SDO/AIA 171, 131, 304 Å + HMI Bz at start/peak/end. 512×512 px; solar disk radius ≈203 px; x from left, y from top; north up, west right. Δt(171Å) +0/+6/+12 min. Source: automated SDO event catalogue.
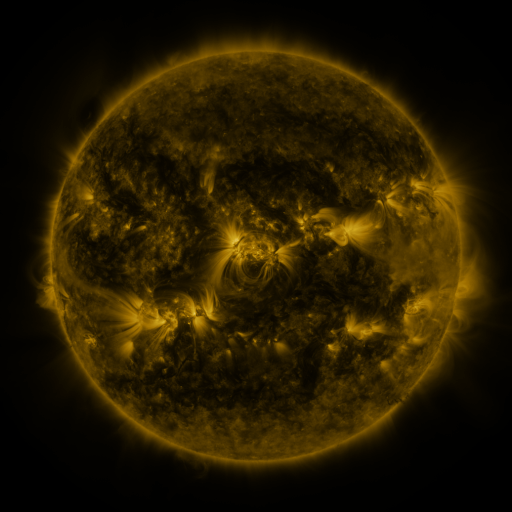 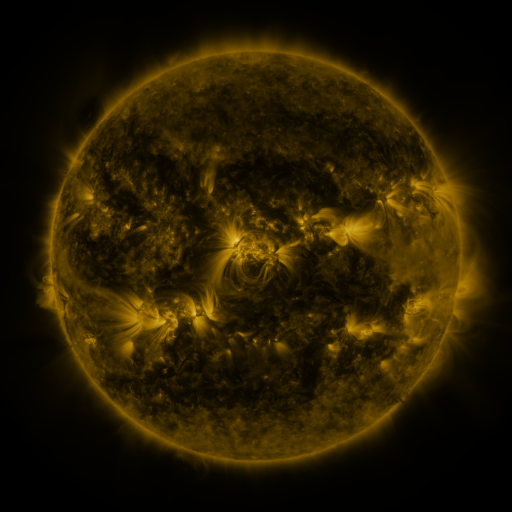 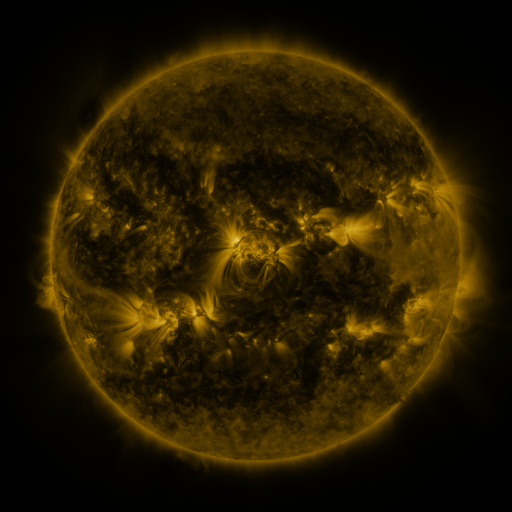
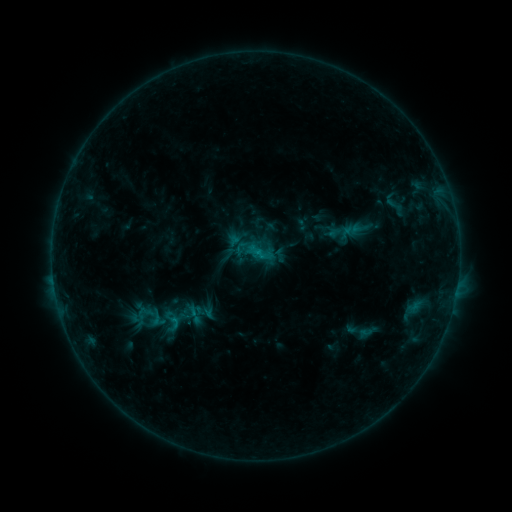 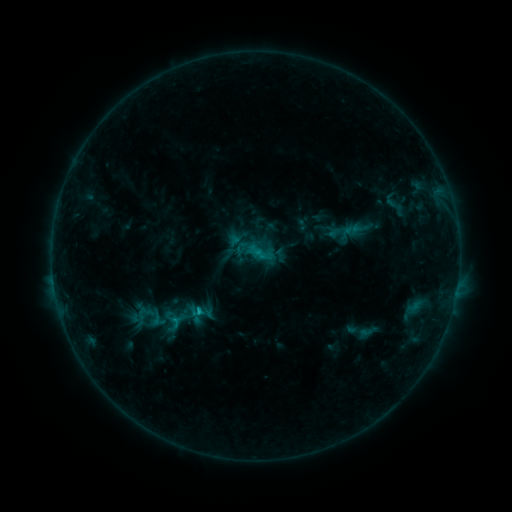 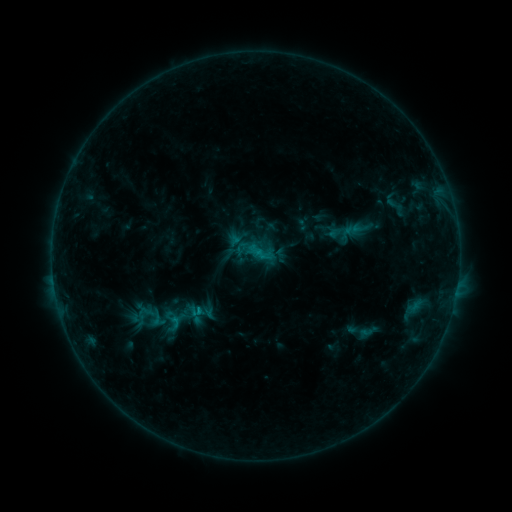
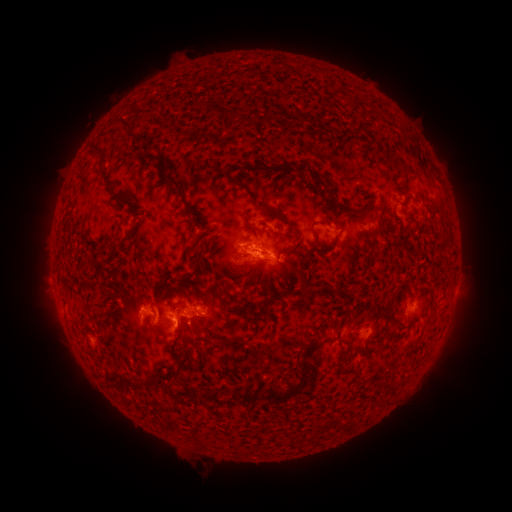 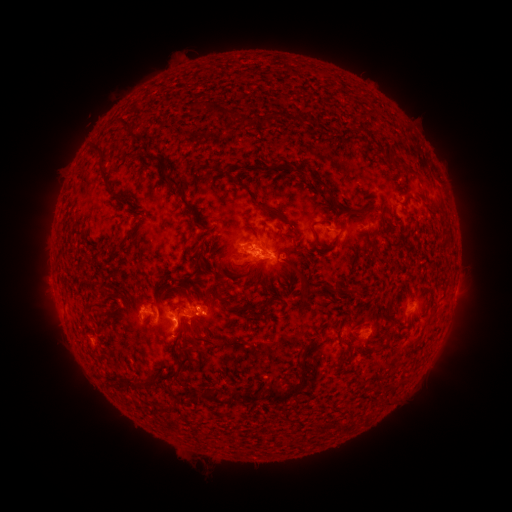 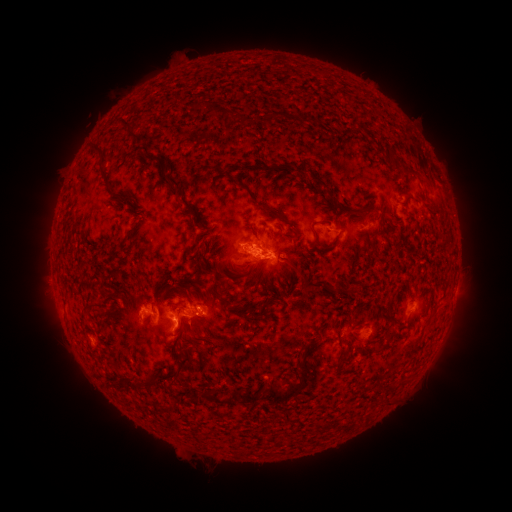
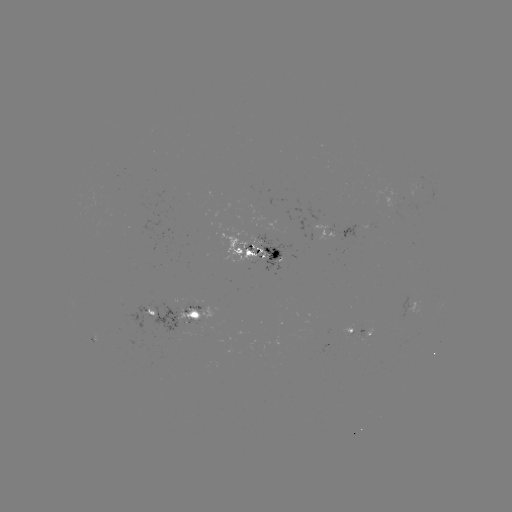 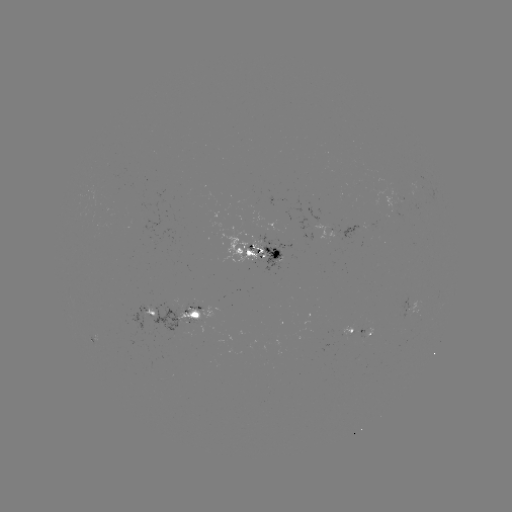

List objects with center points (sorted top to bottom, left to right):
C1.3 flare: (200, 308)
